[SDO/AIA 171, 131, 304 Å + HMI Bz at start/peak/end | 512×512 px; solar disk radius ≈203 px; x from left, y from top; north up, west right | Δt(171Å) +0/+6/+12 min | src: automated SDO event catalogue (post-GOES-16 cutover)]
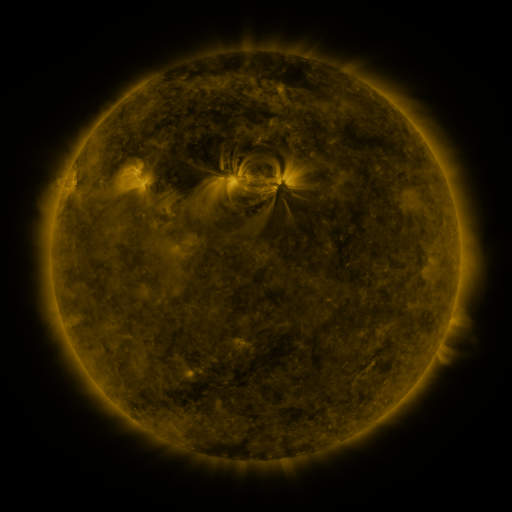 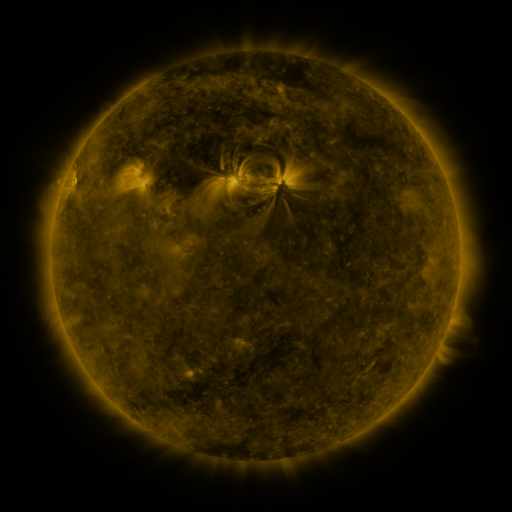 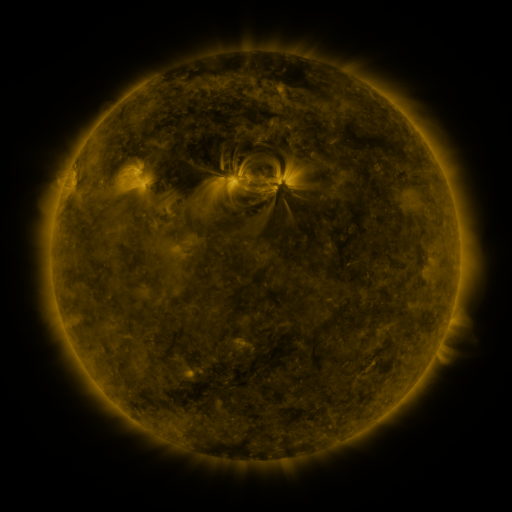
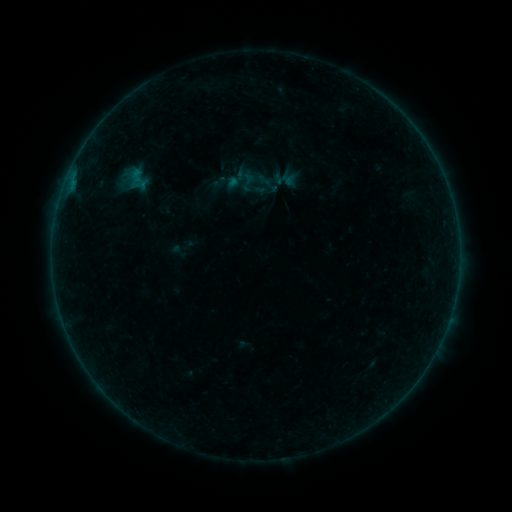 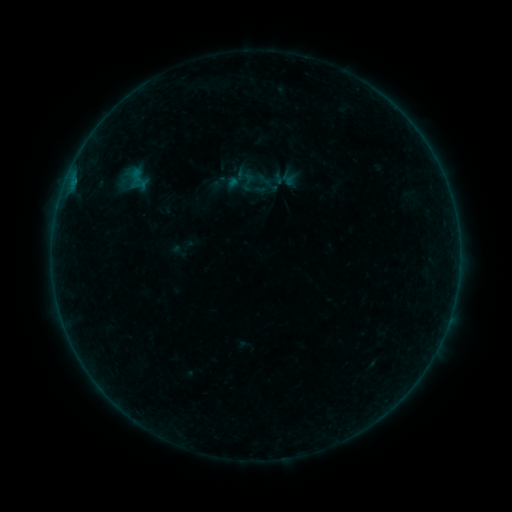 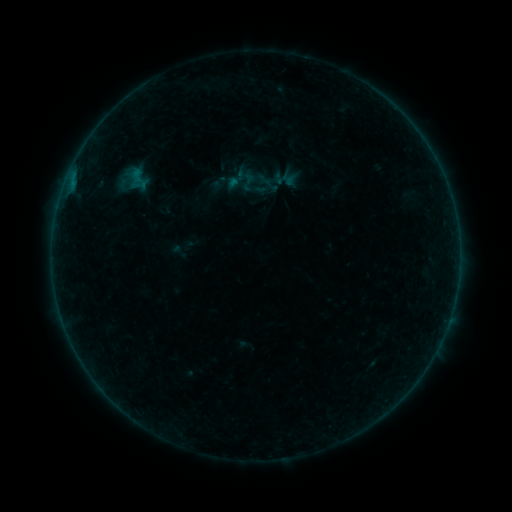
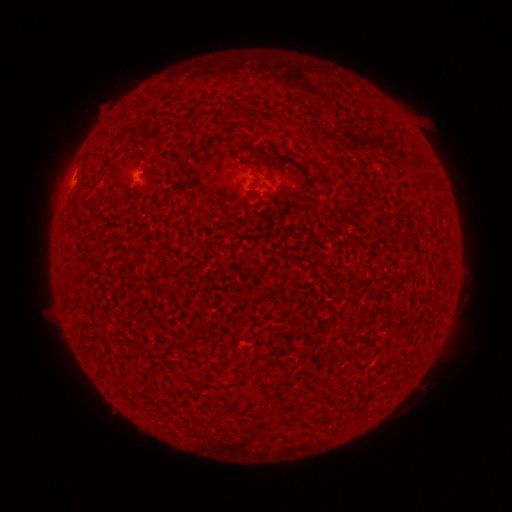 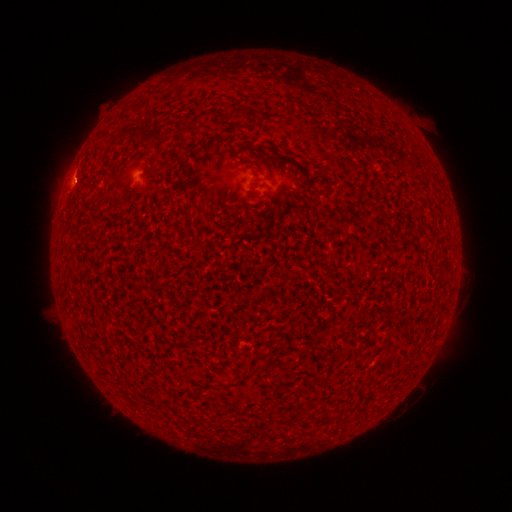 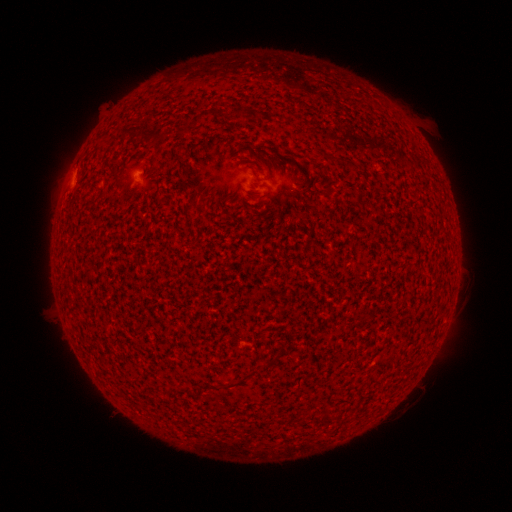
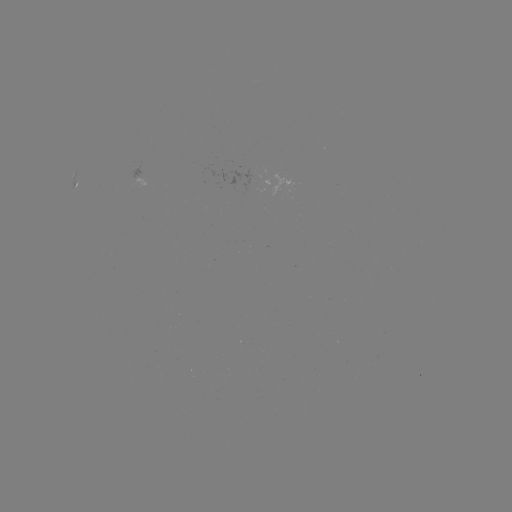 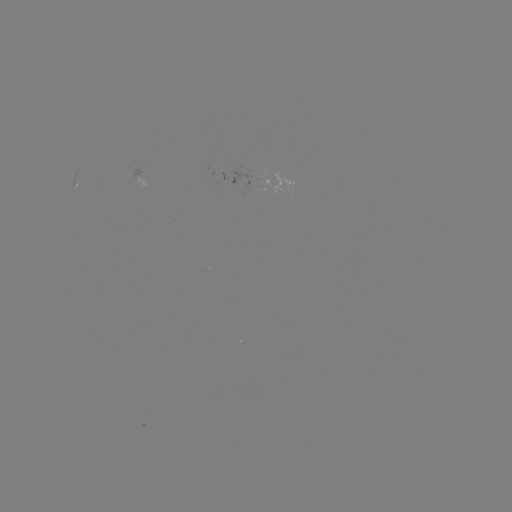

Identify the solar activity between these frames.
A6.9 flare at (74, 181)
